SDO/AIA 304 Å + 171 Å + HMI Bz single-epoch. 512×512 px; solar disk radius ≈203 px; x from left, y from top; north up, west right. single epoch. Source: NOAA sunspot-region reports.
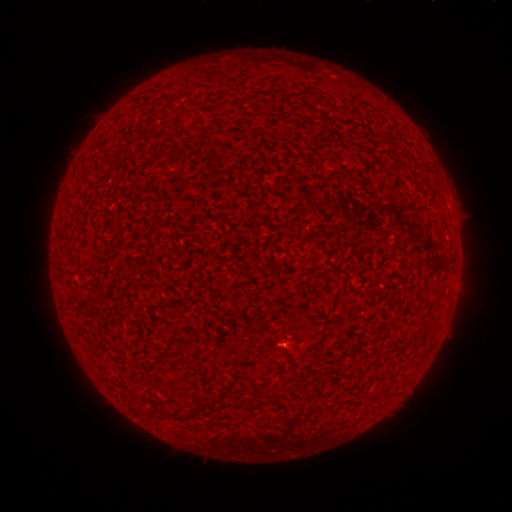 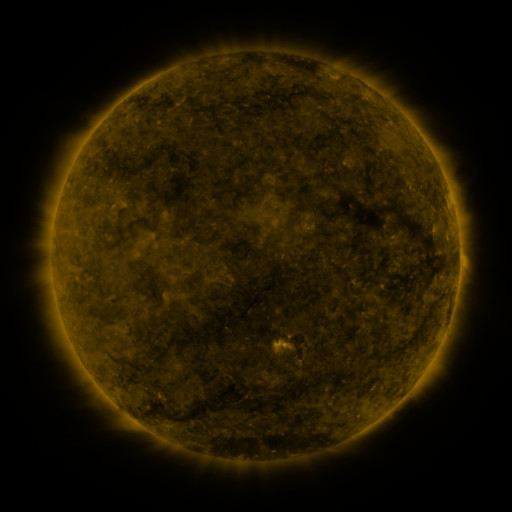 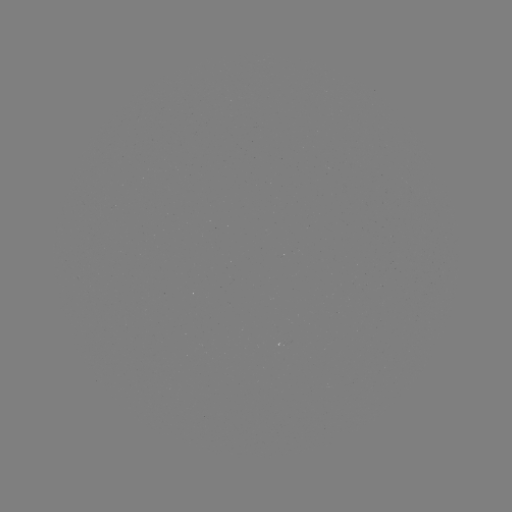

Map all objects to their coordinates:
(none)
